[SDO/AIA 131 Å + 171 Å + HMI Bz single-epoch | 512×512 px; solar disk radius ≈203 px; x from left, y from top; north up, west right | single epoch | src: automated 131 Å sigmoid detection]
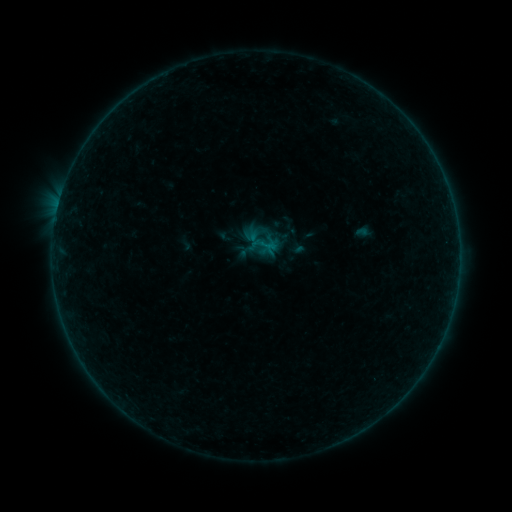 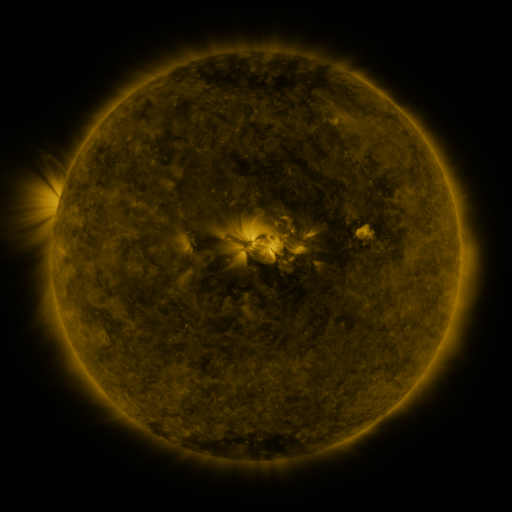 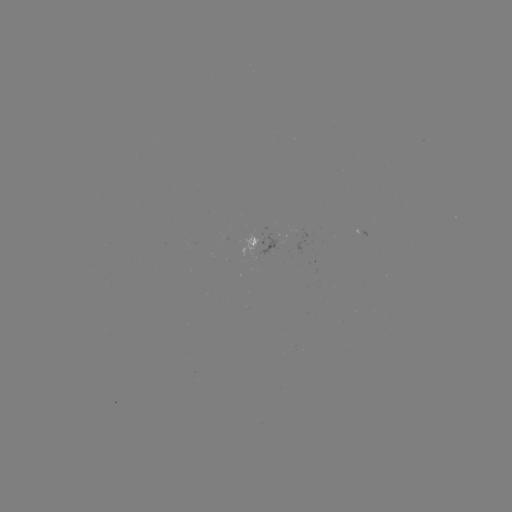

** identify sigmoid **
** [265, 243] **